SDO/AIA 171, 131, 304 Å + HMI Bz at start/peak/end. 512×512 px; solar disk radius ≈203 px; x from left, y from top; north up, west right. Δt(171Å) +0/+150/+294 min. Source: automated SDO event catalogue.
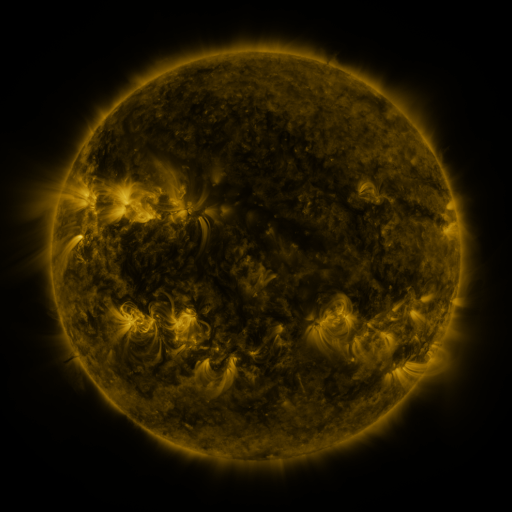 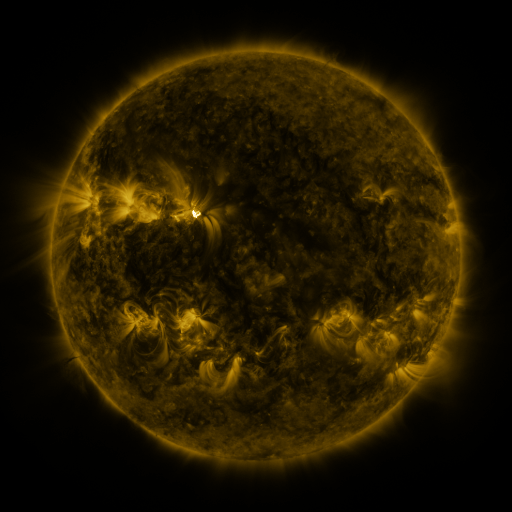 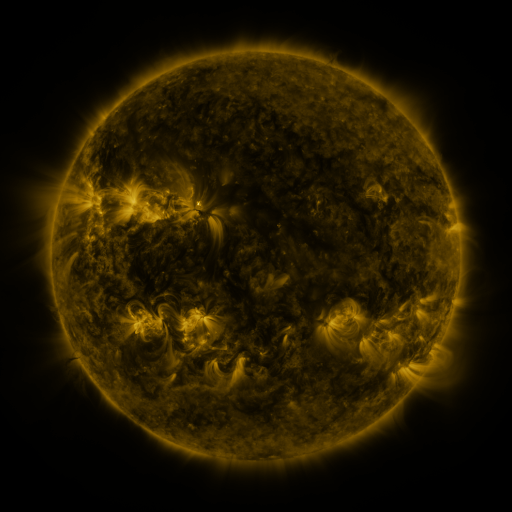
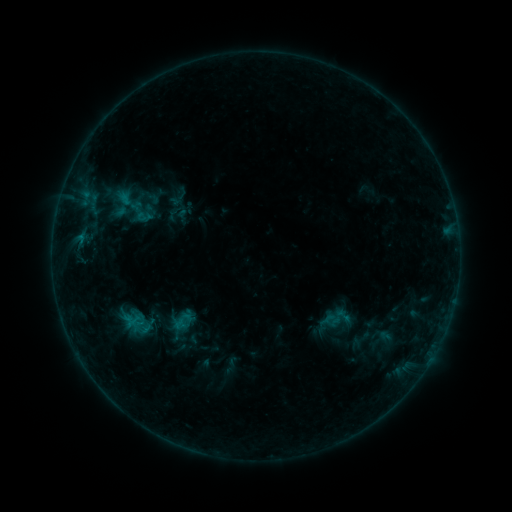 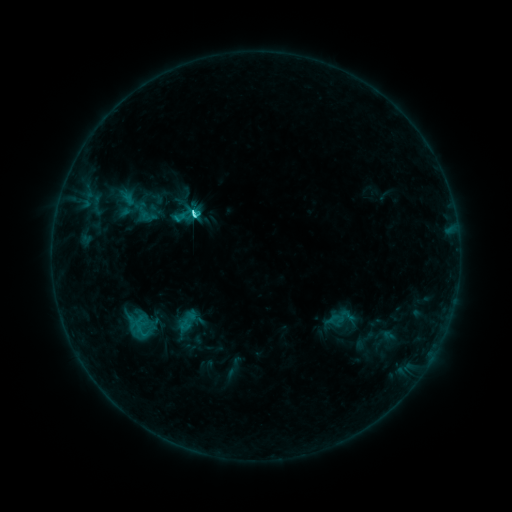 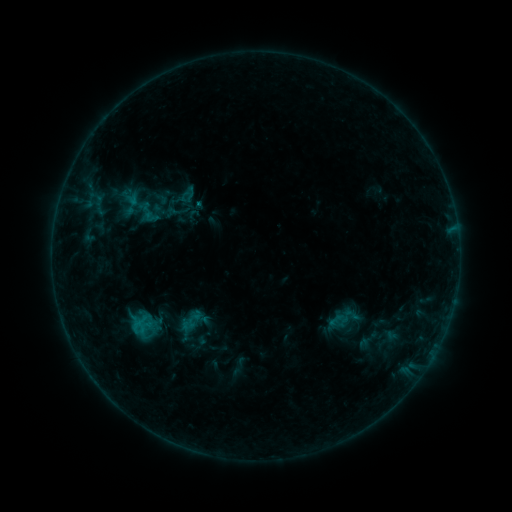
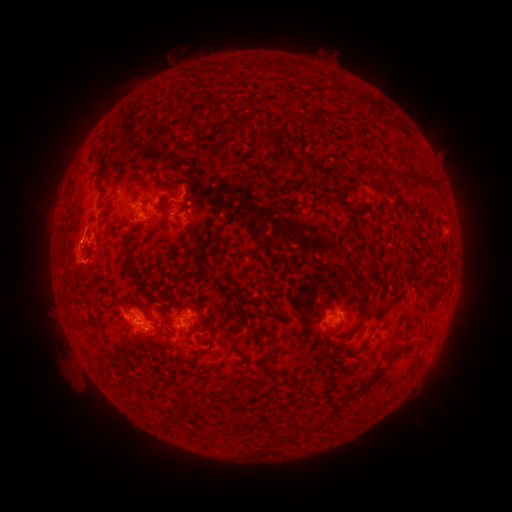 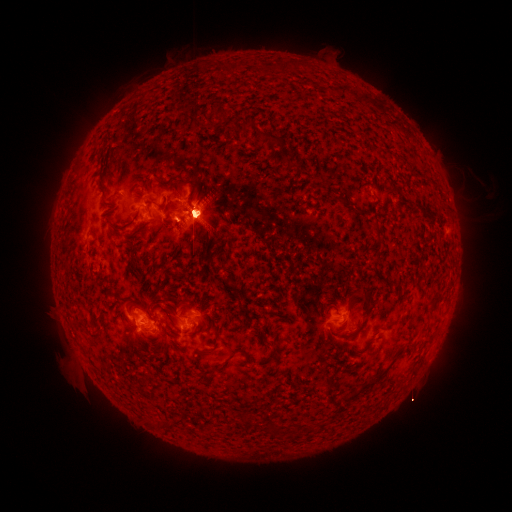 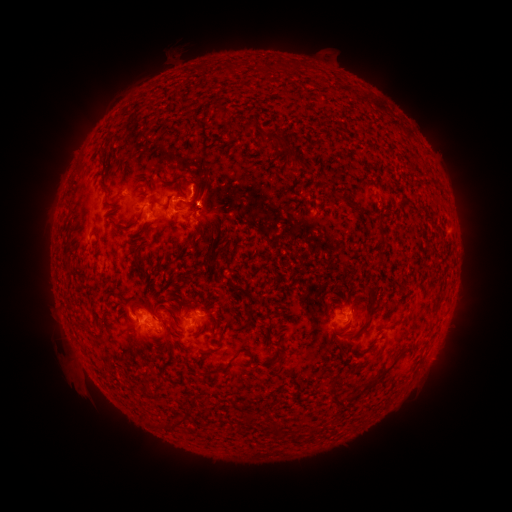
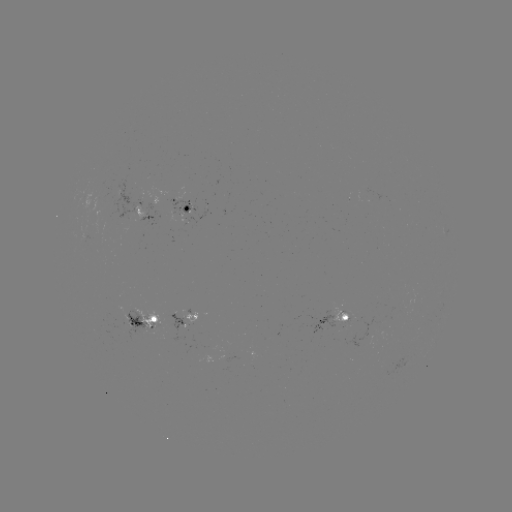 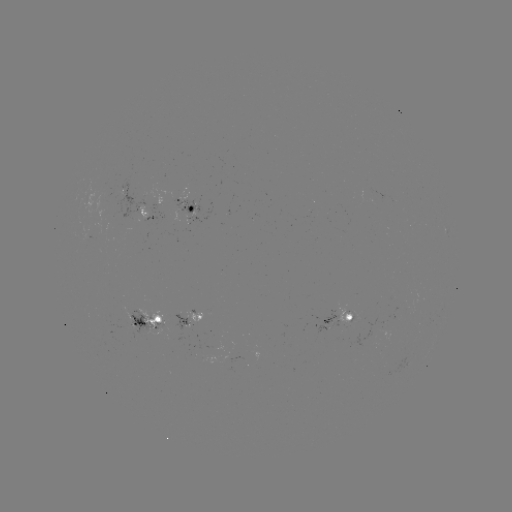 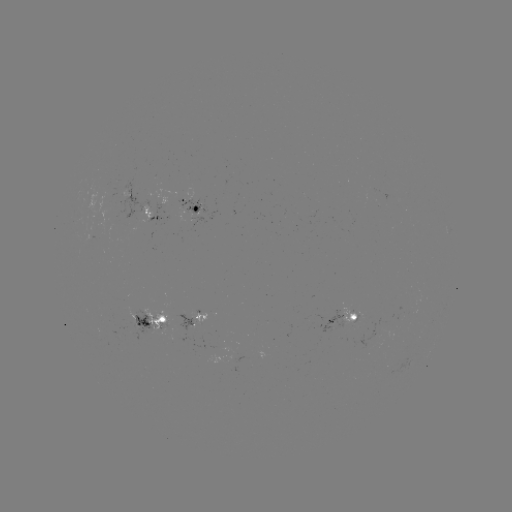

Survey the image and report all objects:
filament eruption: (431, 181)
